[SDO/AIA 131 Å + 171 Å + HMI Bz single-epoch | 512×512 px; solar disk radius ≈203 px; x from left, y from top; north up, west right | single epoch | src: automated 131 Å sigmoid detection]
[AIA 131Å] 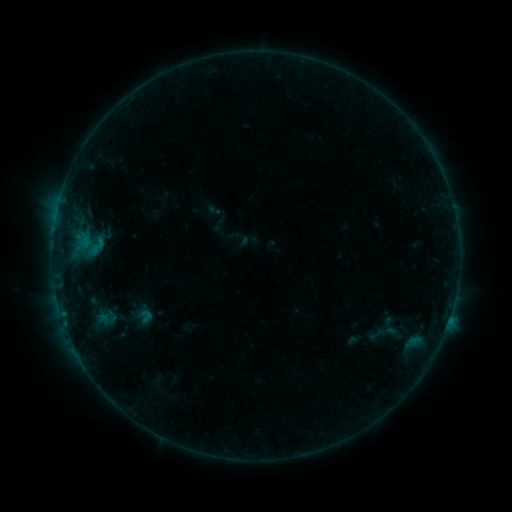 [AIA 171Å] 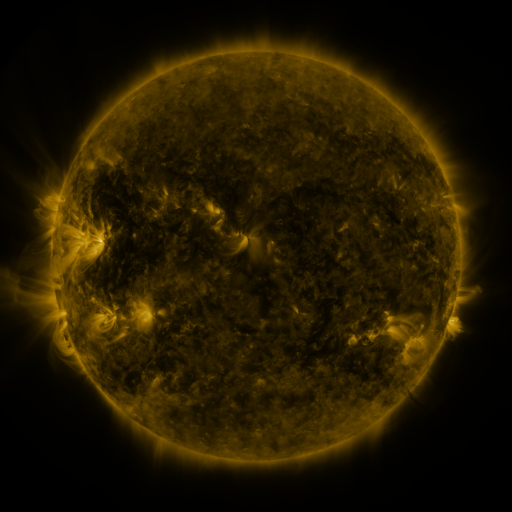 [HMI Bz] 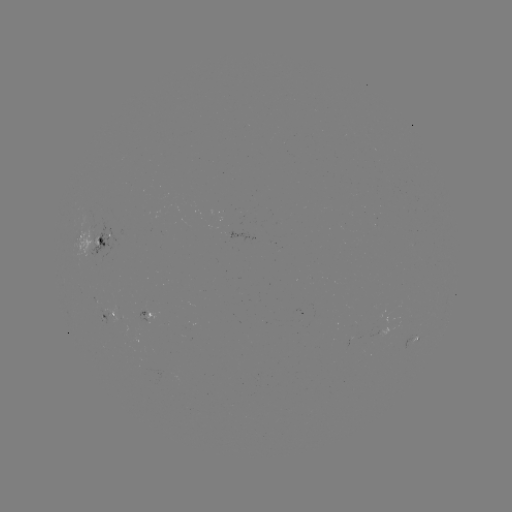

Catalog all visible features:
sigmoid: (97, 246)
sigmoid: (379, 334)
